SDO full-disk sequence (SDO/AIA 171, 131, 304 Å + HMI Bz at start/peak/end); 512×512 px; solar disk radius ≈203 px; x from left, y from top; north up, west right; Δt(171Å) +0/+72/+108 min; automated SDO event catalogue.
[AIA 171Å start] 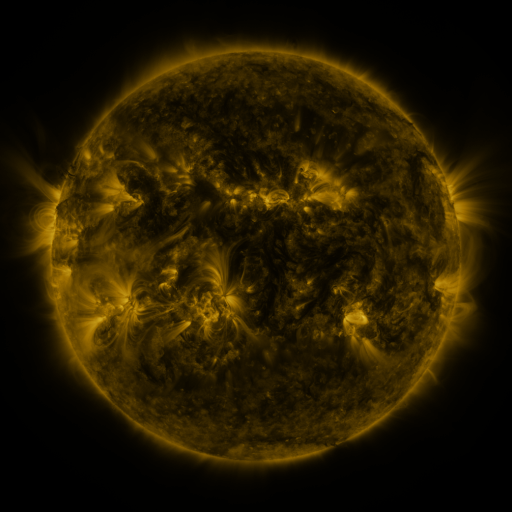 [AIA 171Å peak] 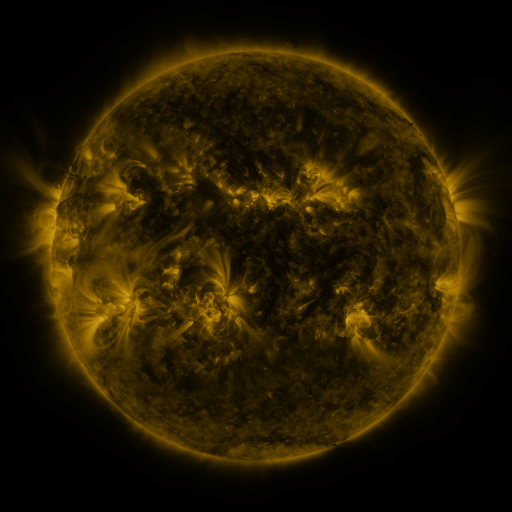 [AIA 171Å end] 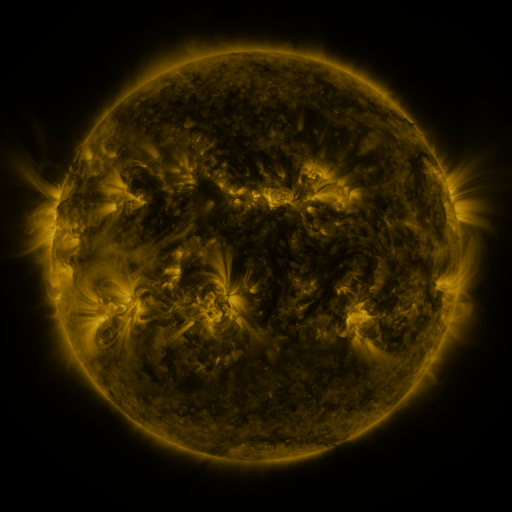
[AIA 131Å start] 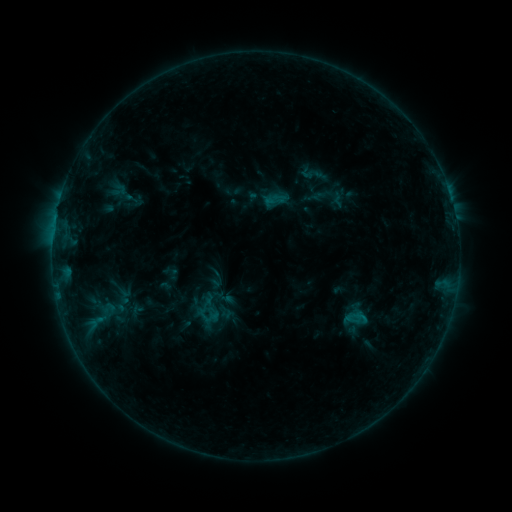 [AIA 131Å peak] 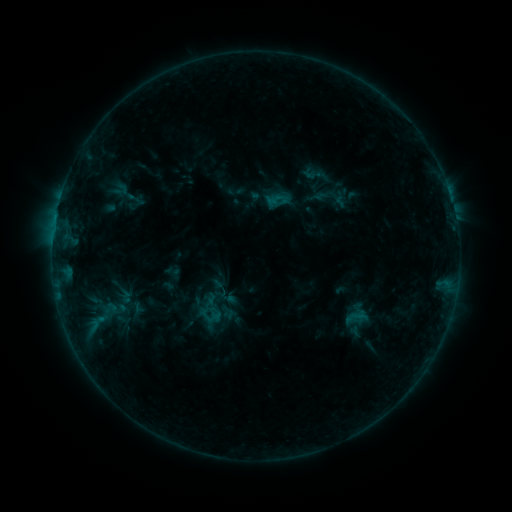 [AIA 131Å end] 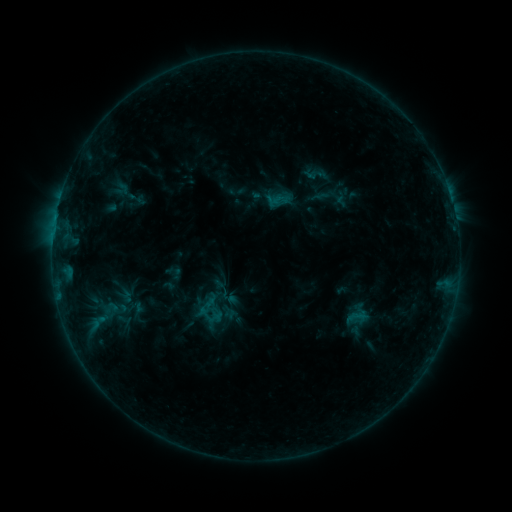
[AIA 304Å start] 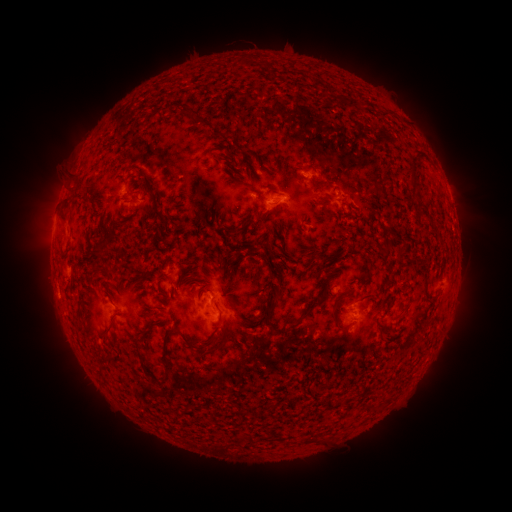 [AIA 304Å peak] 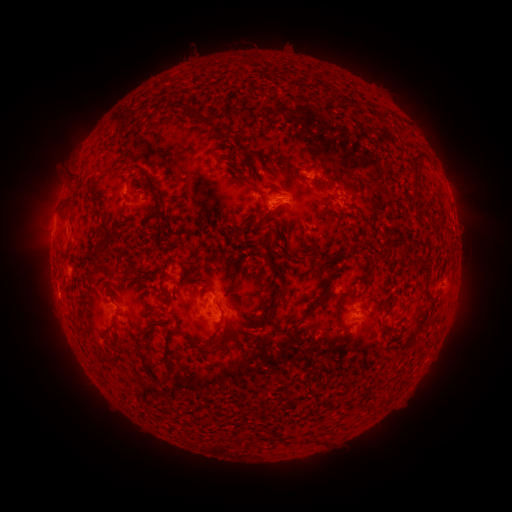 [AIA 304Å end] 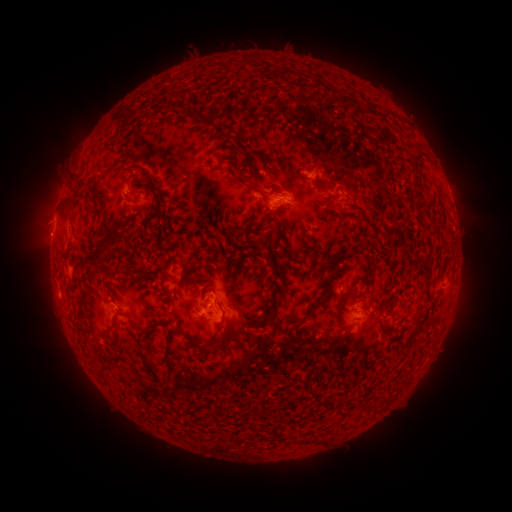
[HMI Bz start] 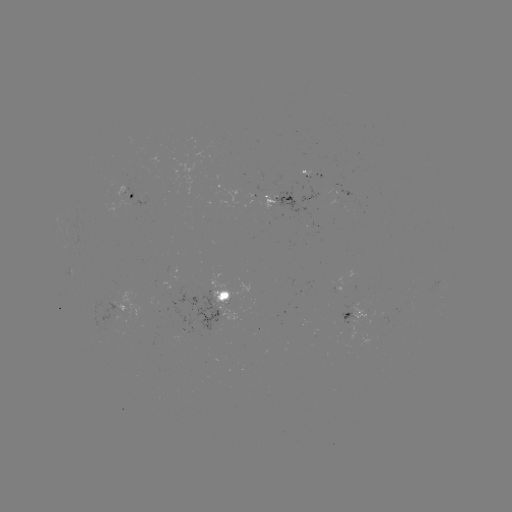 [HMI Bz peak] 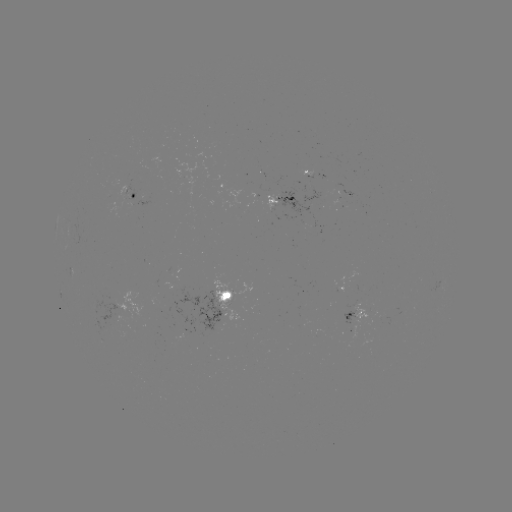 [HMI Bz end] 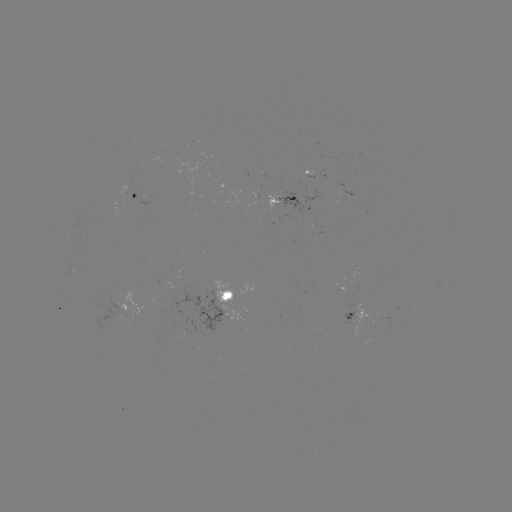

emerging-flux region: (300, 181, 306, 192)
